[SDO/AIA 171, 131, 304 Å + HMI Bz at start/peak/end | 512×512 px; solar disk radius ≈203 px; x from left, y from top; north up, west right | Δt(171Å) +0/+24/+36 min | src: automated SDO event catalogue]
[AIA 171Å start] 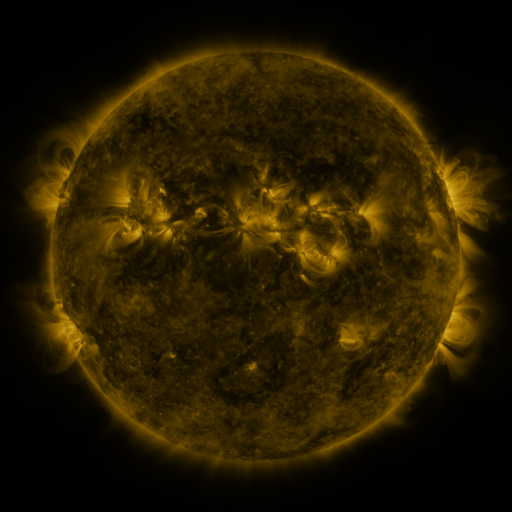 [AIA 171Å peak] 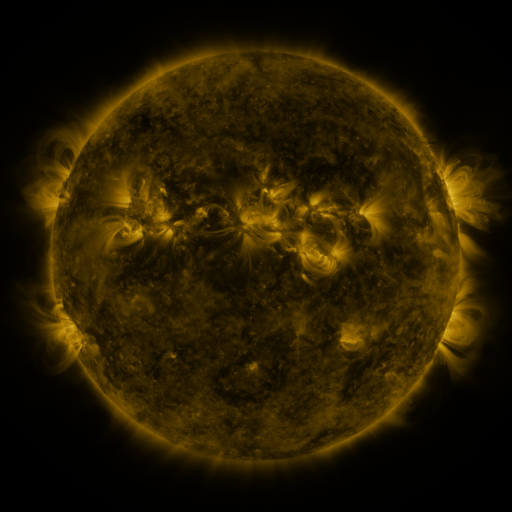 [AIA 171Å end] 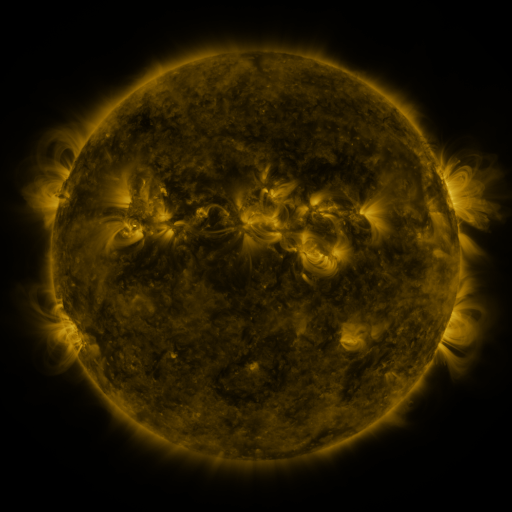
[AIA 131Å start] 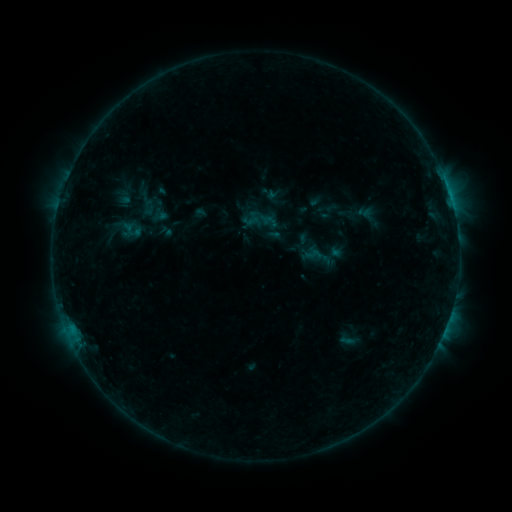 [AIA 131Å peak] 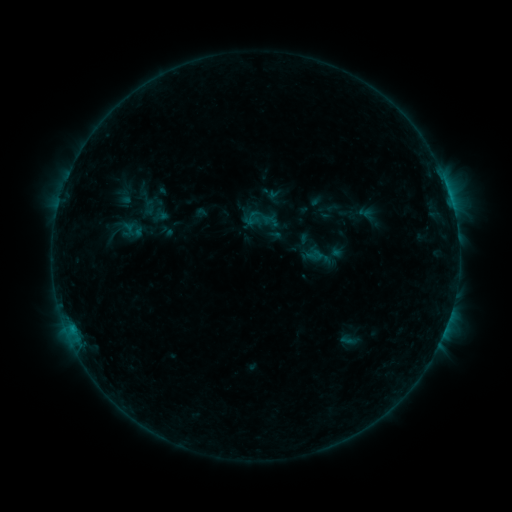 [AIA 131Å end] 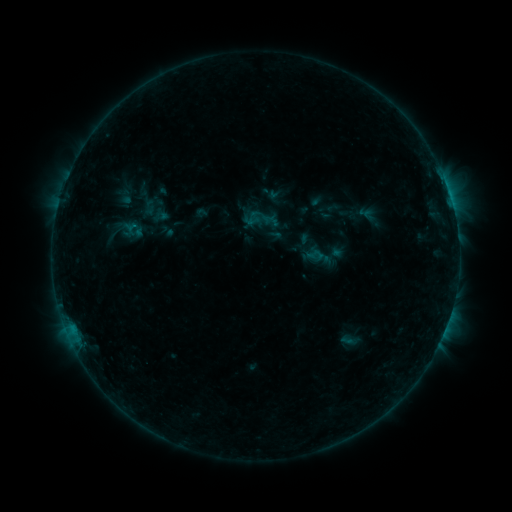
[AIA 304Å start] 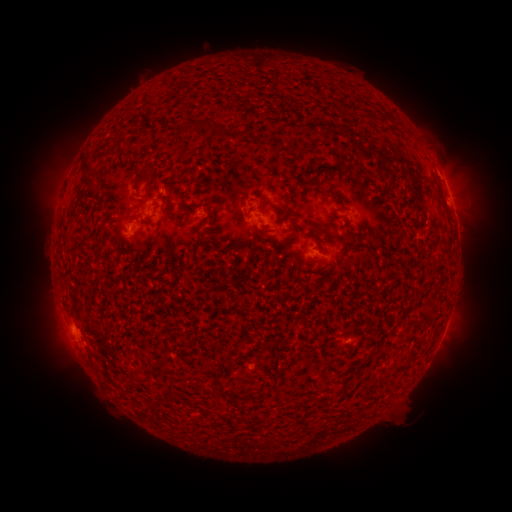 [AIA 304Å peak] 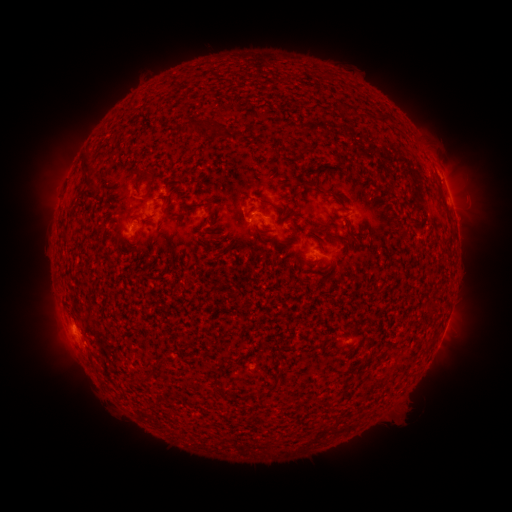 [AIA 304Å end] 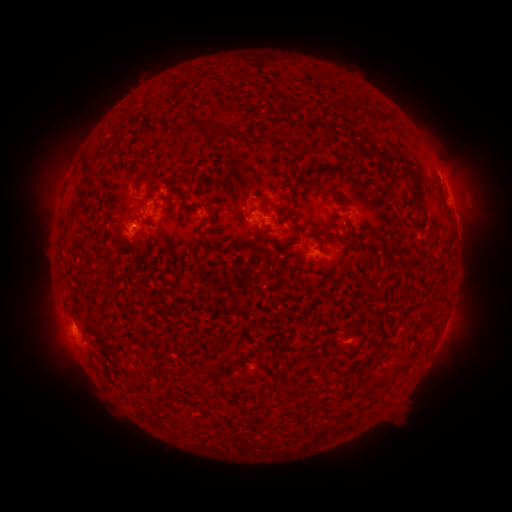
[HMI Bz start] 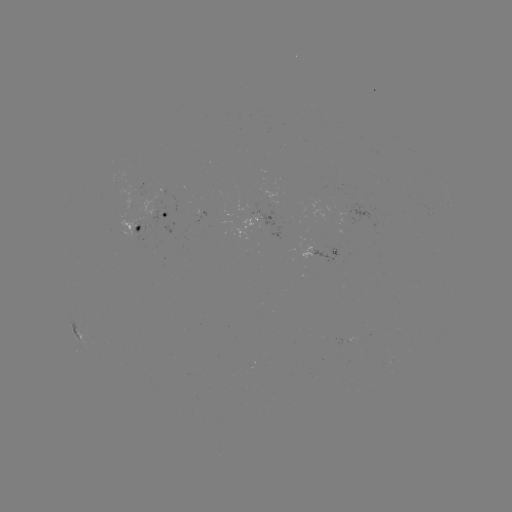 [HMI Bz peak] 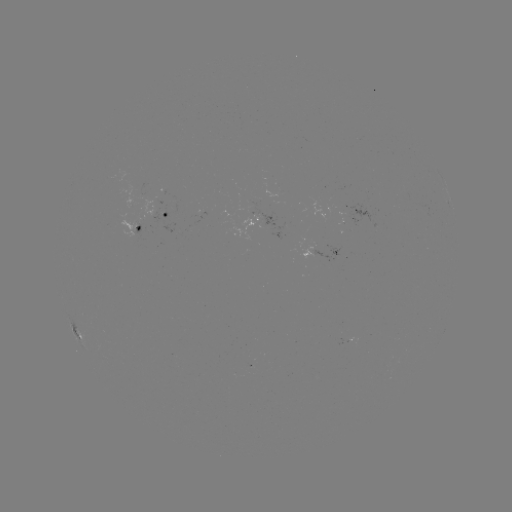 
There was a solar flare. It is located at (252, 217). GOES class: B3.6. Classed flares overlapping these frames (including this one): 1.